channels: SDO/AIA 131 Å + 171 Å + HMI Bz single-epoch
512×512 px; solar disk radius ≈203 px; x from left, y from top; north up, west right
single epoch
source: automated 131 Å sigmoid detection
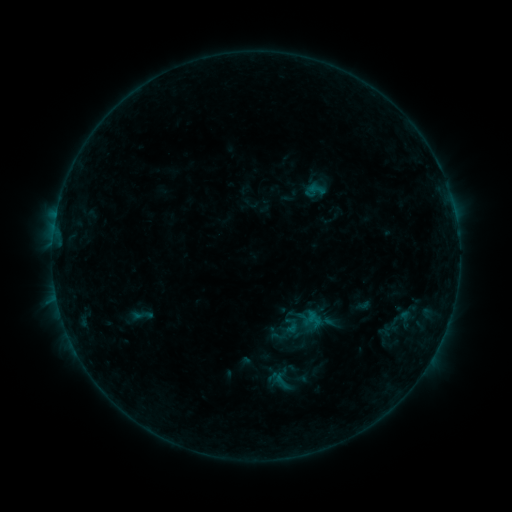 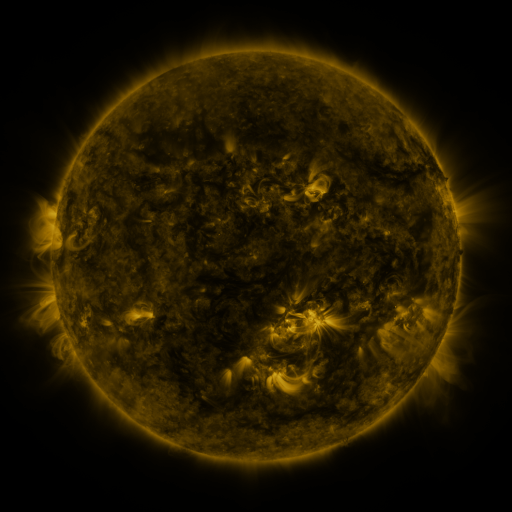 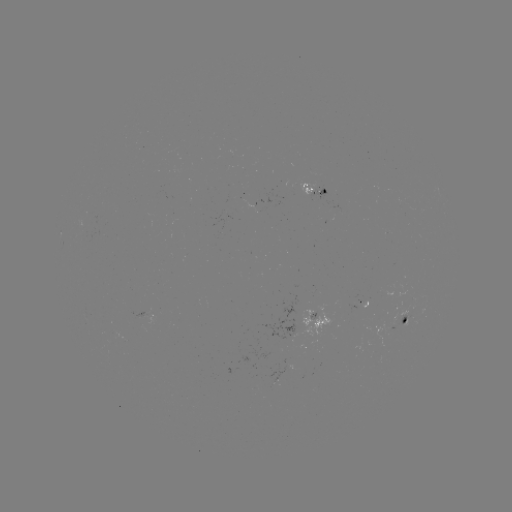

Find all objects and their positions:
sigmoid: [127, 303, 157, 327]
sigmoid: [273, 371, 289, 387]
